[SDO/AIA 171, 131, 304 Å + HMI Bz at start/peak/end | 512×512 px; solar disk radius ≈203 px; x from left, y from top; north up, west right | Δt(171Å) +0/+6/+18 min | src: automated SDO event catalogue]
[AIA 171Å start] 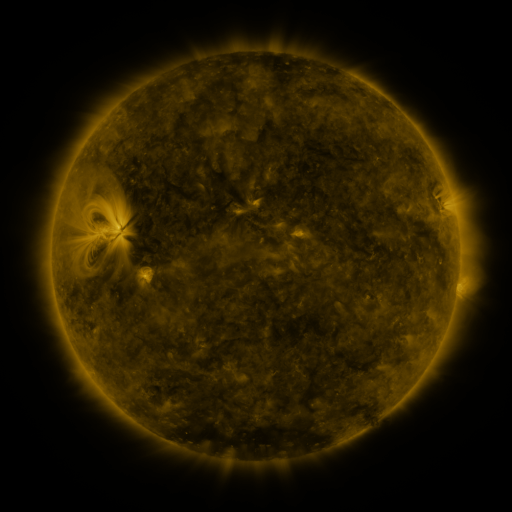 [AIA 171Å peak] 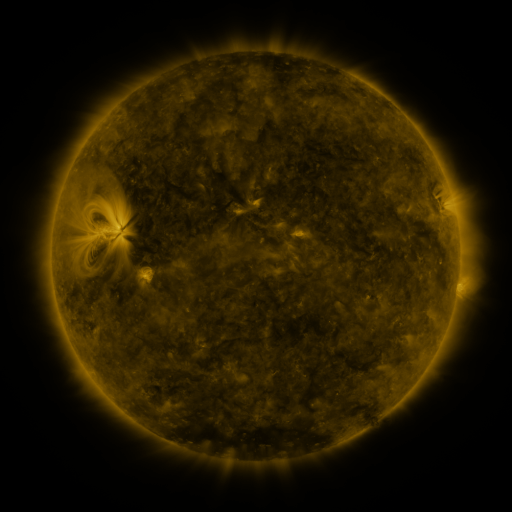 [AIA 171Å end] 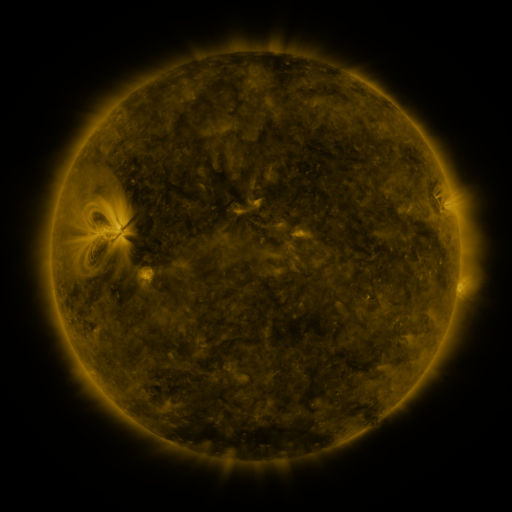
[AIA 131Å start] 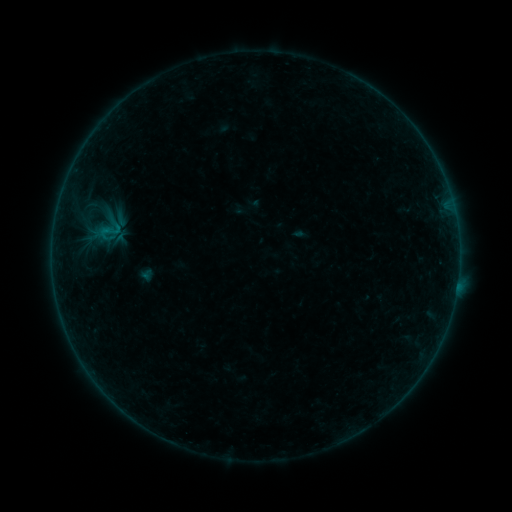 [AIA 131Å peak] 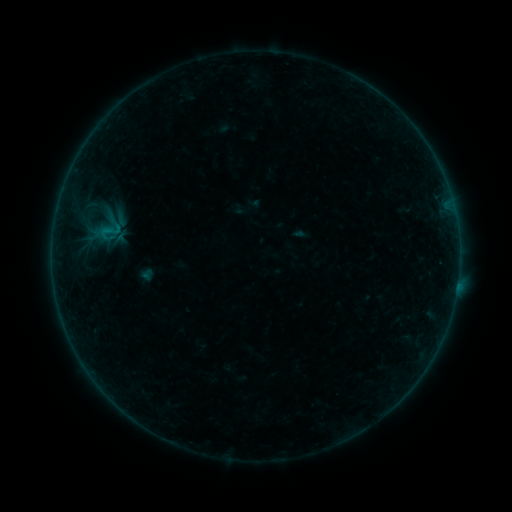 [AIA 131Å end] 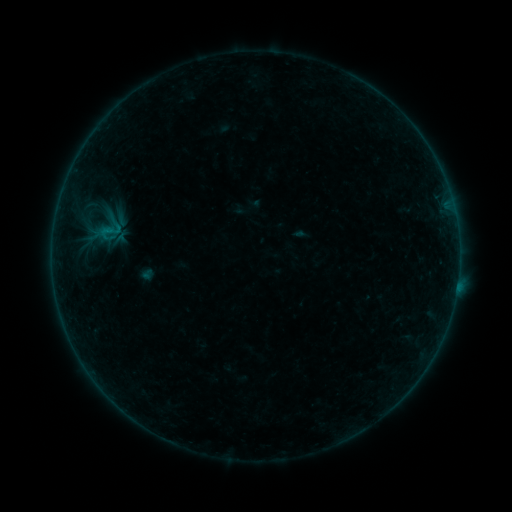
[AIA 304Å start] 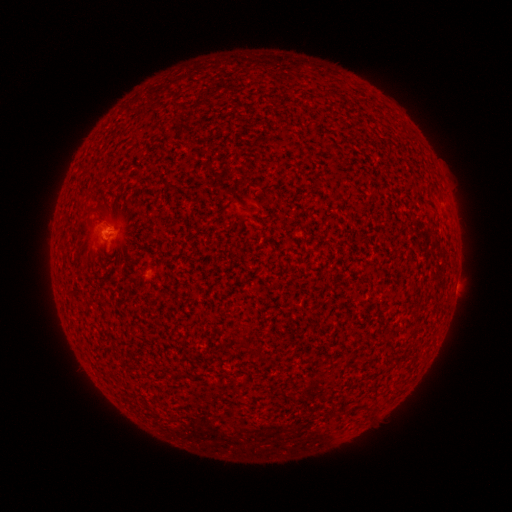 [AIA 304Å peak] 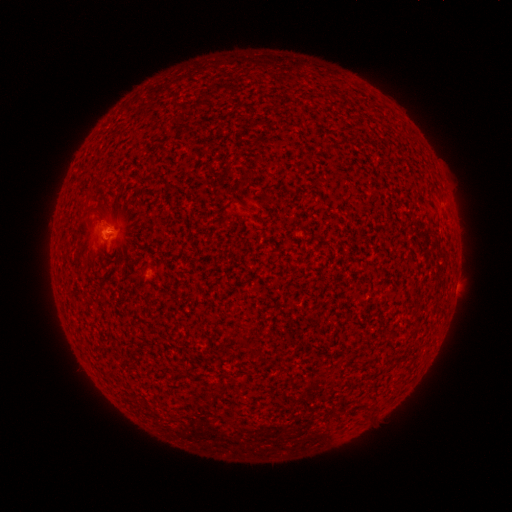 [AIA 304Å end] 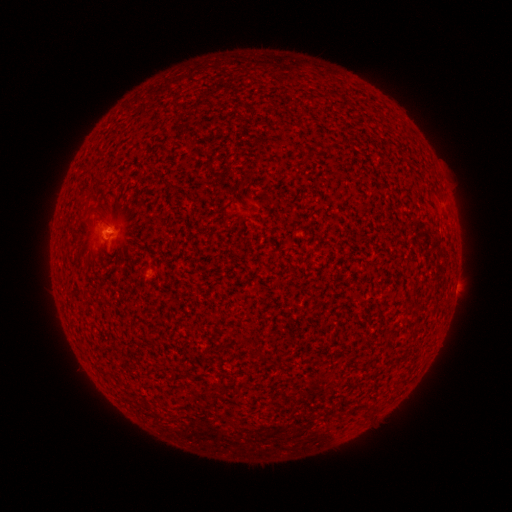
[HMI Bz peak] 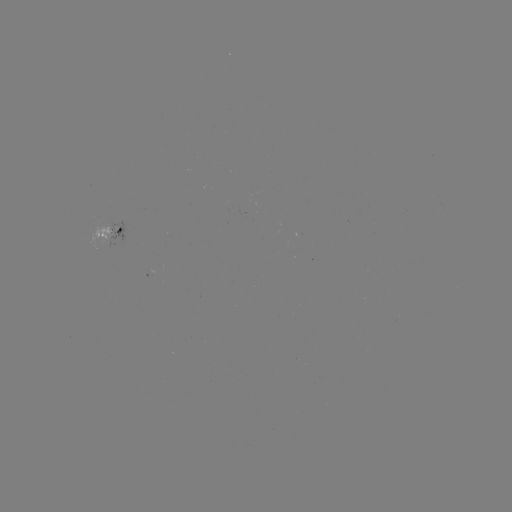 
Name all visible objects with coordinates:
B1.2 flare: (112, 232)
